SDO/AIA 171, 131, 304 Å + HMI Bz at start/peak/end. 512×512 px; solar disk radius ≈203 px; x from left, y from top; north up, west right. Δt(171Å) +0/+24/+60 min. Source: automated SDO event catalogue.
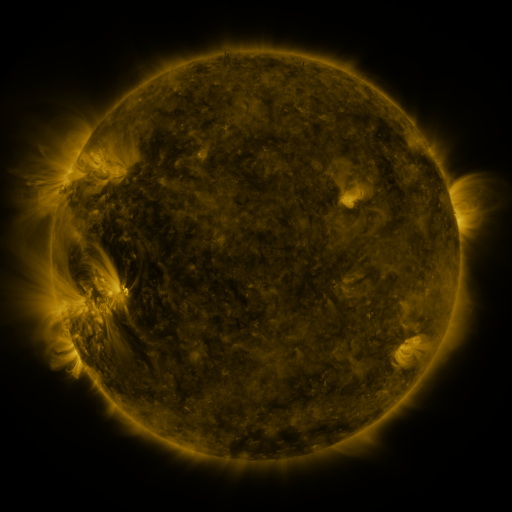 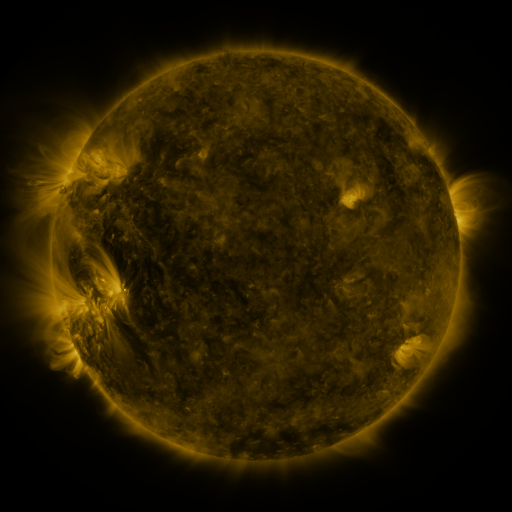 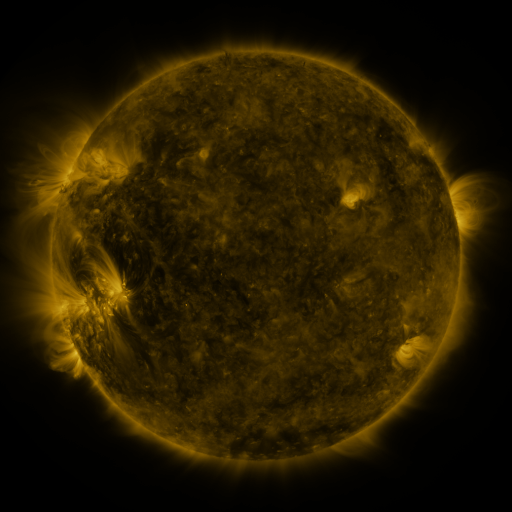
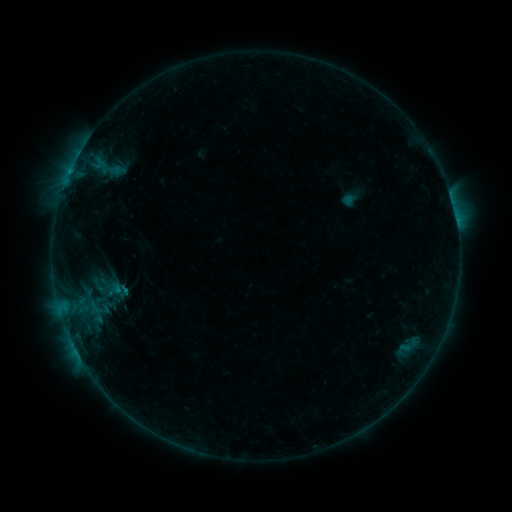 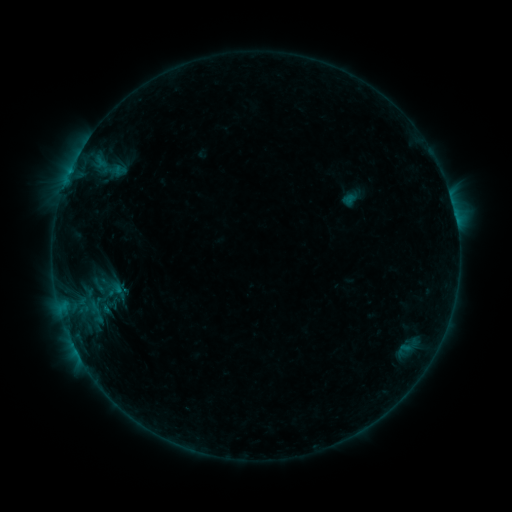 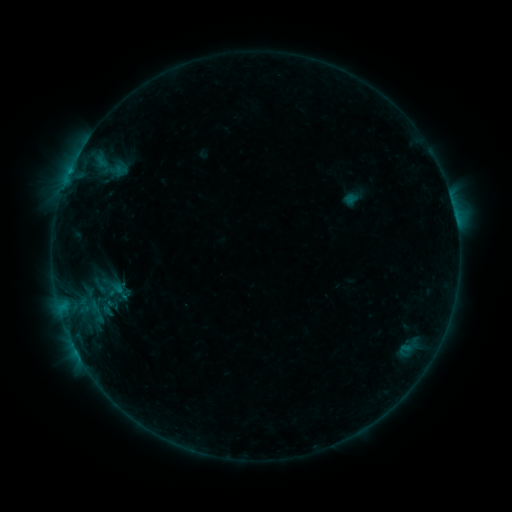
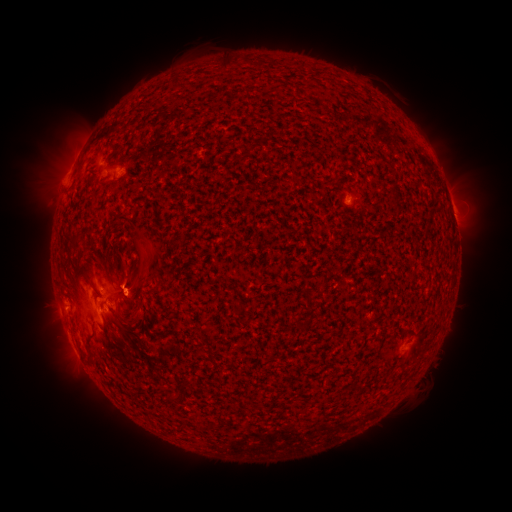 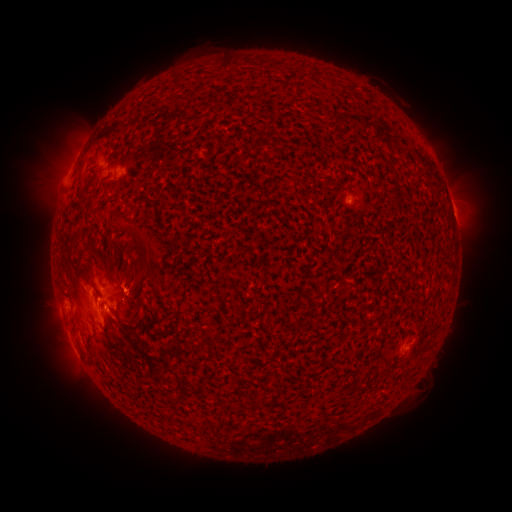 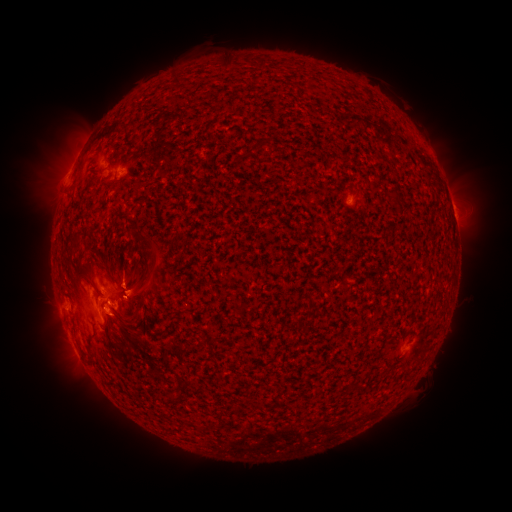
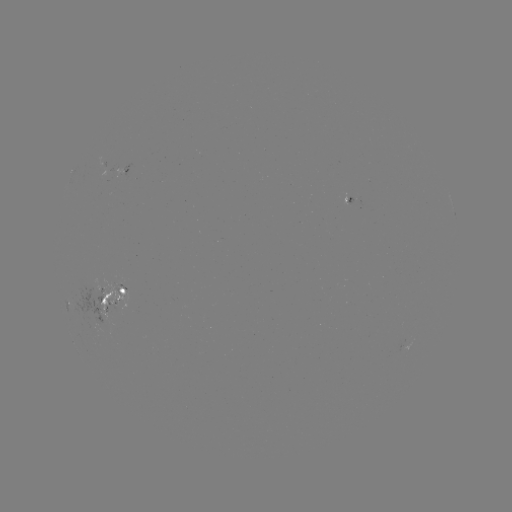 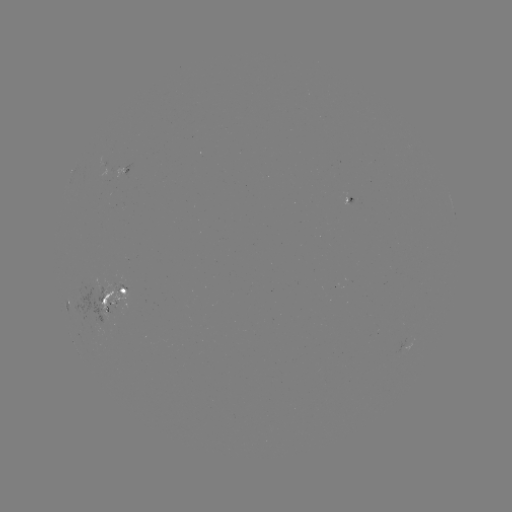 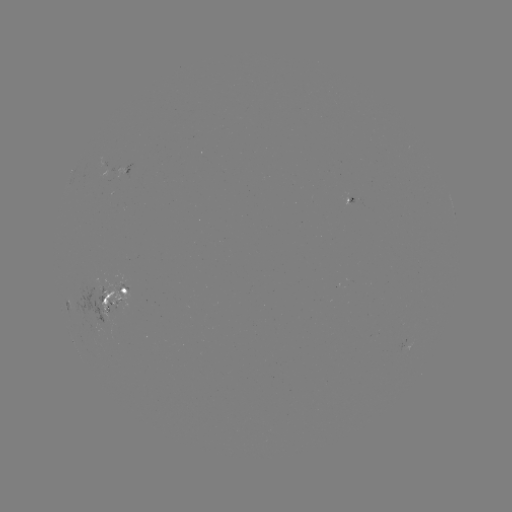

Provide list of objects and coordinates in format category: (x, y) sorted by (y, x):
emerging-flux region: (100, 309)
